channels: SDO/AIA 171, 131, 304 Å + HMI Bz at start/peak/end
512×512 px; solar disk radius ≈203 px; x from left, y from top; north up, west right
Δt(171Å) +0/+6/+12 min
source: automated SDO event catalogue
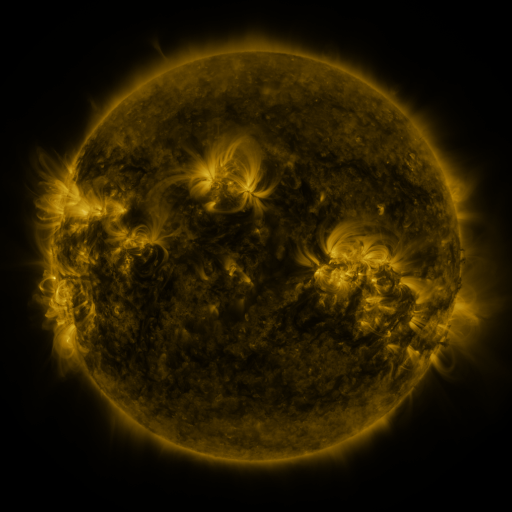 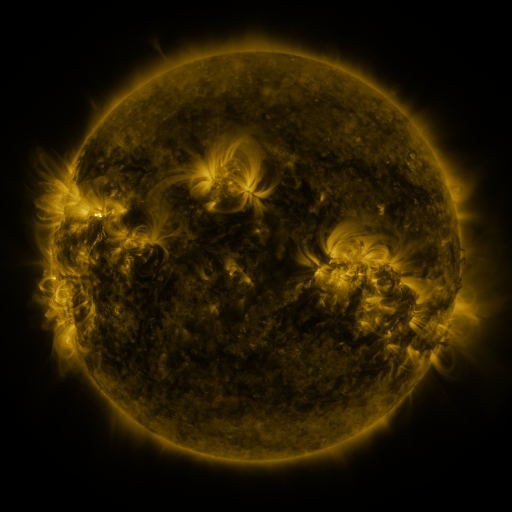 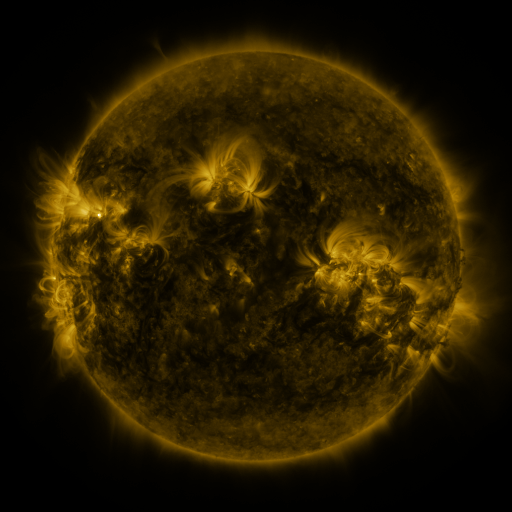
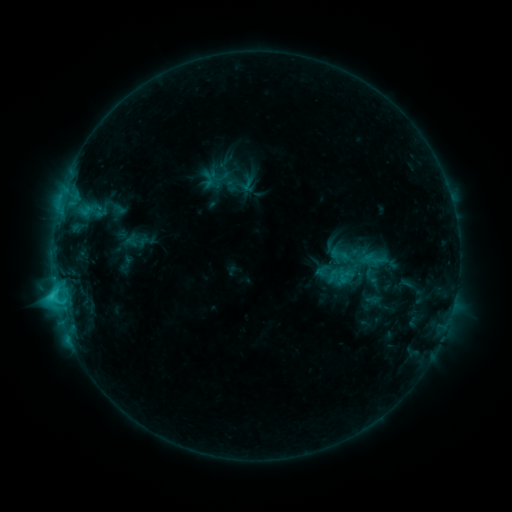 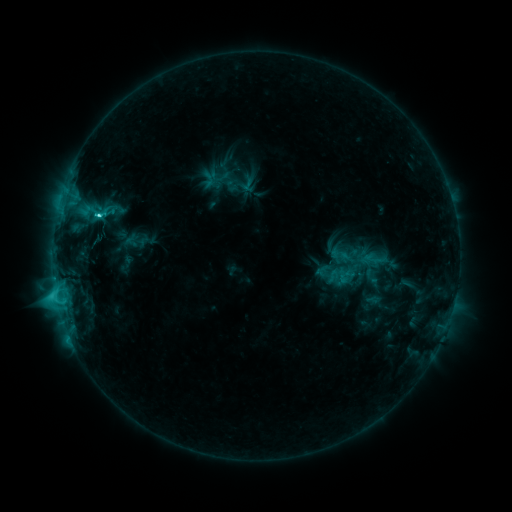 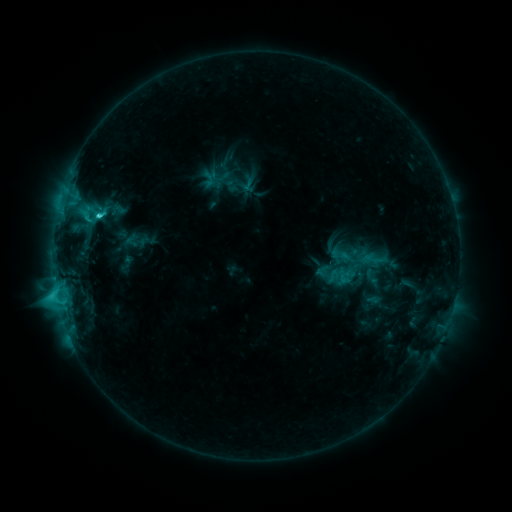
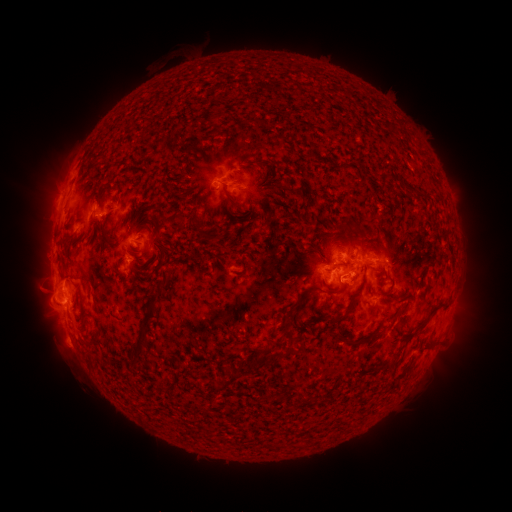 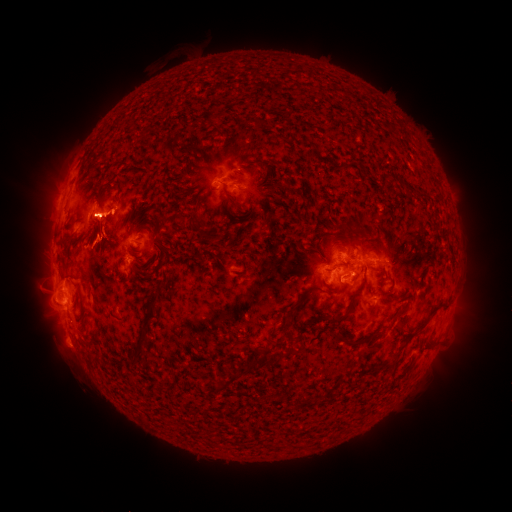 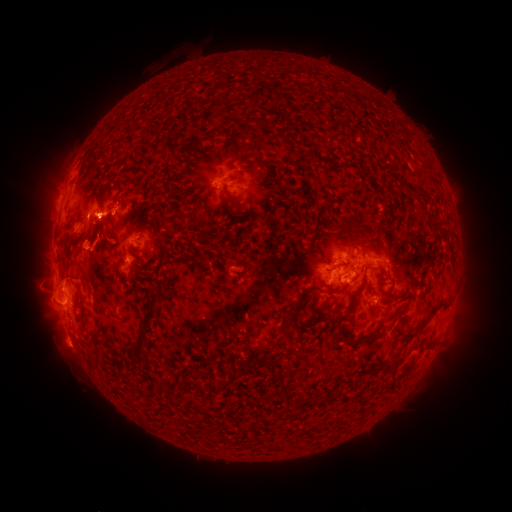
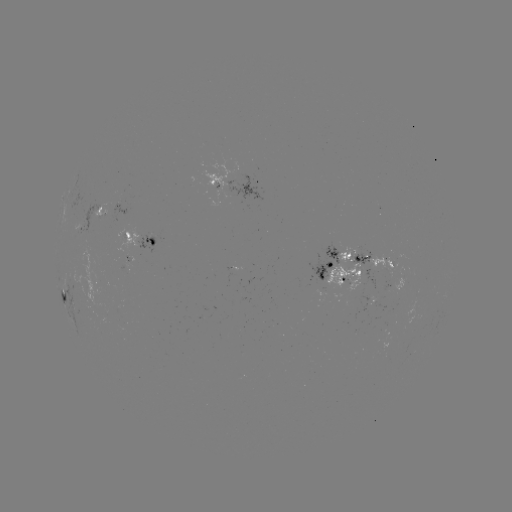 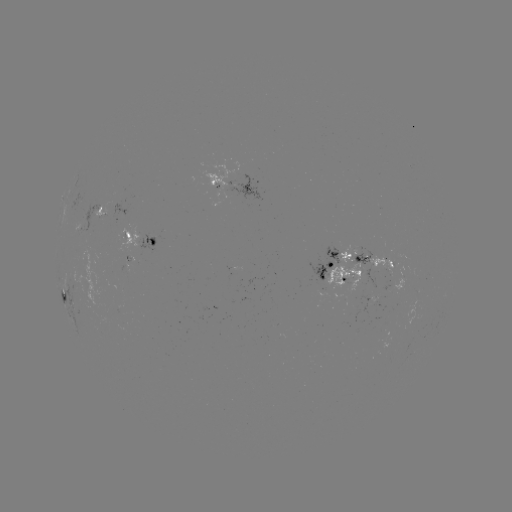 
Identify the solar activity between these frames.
C5.0 flare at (100, 218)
